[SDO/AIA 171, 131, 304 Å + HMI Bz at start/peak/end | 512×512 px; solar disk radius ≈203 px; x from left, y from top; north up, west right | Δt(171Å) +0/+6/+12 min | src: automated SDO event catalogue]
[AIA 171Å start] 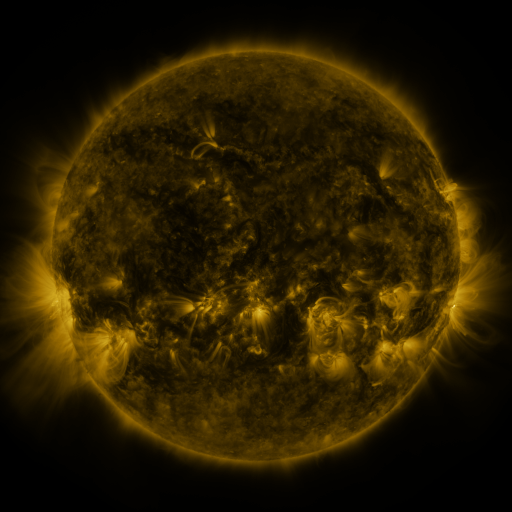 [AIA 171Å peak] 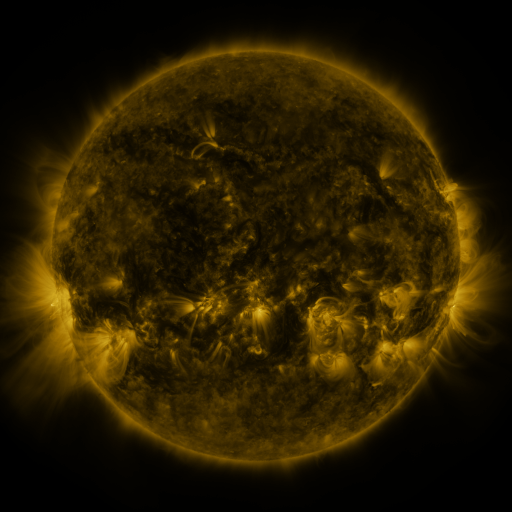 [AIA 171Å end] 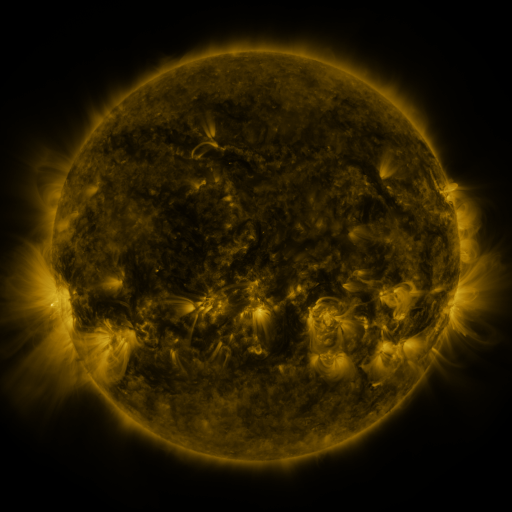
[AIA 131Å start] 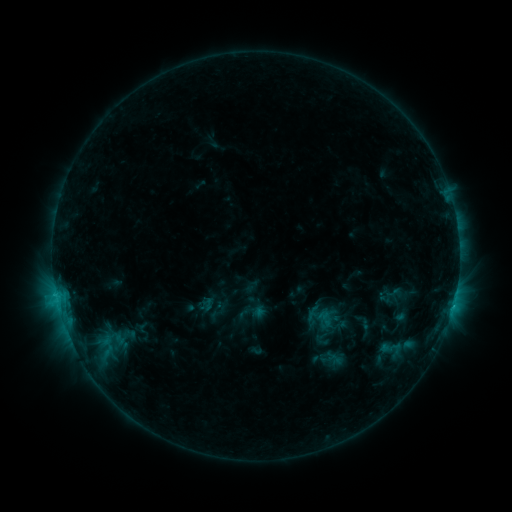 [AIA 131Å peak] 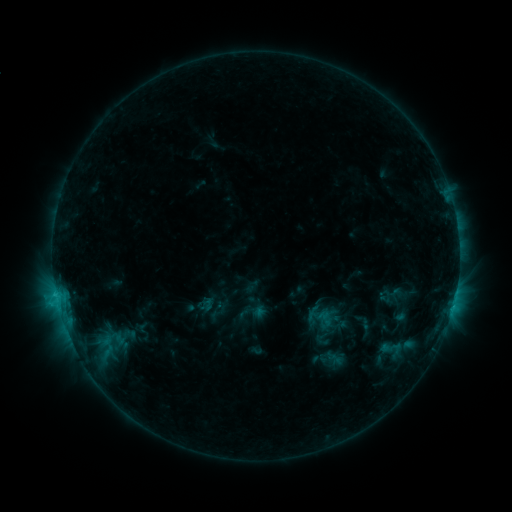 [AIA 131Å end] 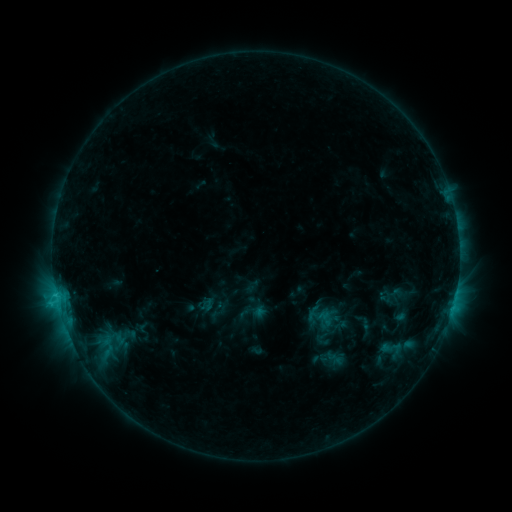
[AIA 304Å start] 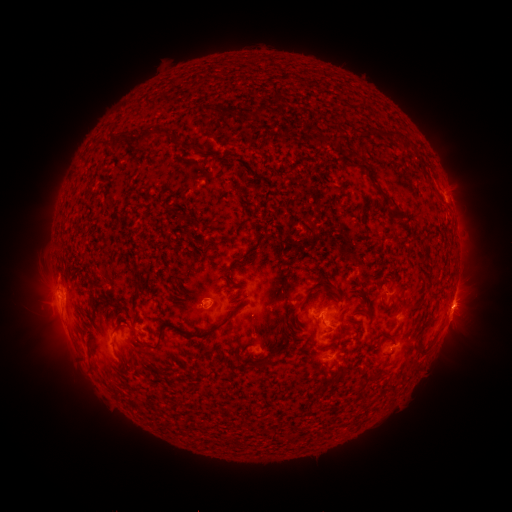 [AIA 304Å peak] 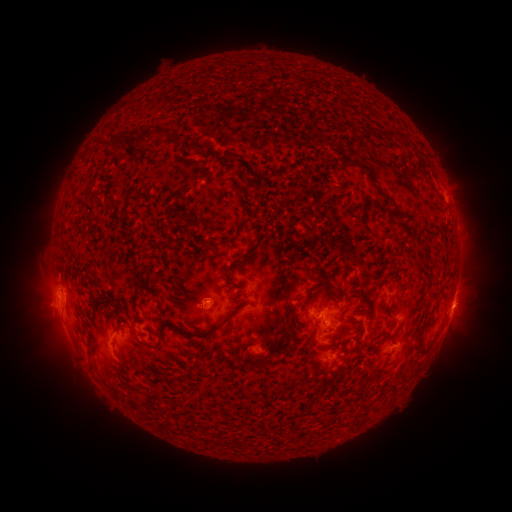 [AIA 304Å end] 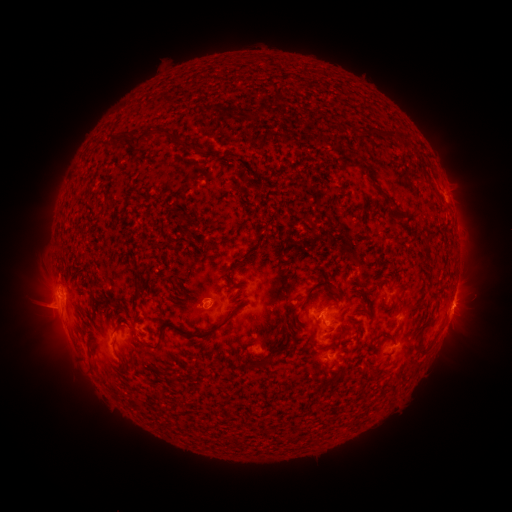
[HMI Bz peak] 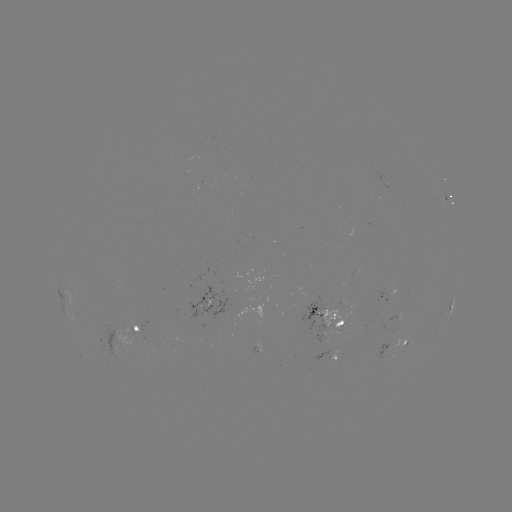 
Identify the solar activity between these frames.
eruption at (45, 312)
